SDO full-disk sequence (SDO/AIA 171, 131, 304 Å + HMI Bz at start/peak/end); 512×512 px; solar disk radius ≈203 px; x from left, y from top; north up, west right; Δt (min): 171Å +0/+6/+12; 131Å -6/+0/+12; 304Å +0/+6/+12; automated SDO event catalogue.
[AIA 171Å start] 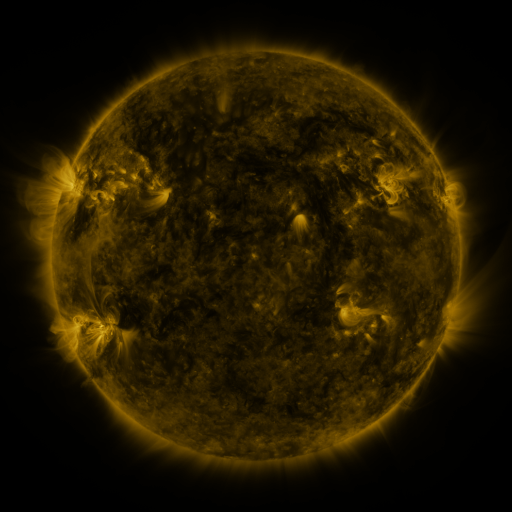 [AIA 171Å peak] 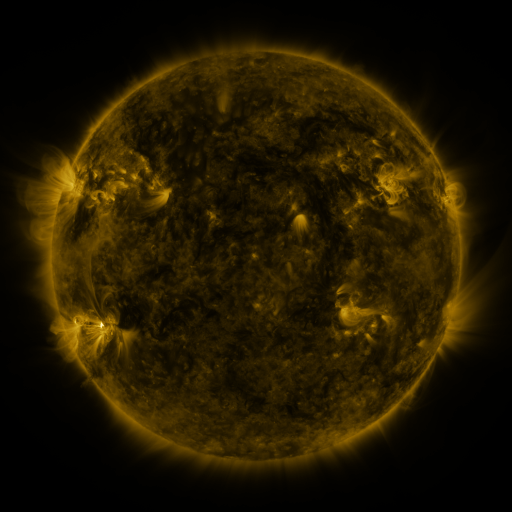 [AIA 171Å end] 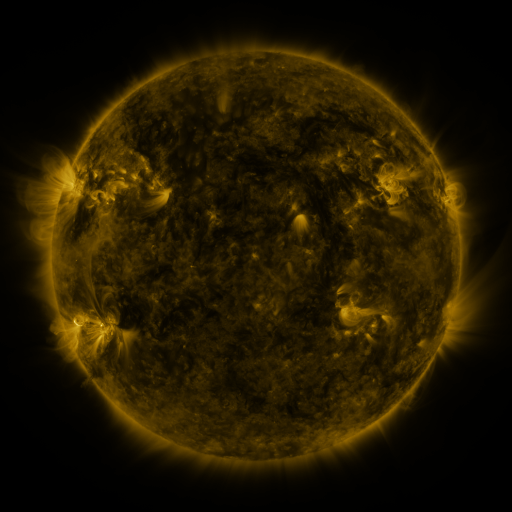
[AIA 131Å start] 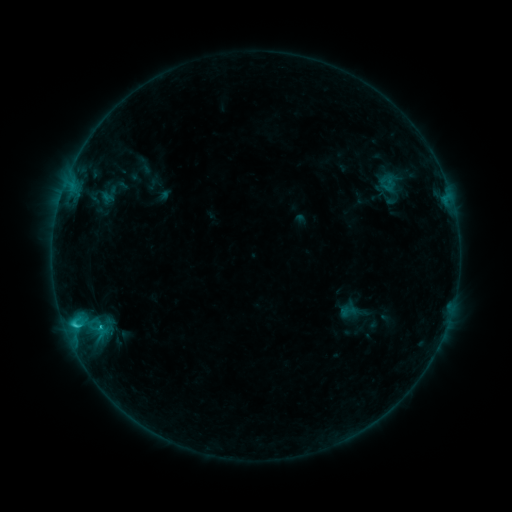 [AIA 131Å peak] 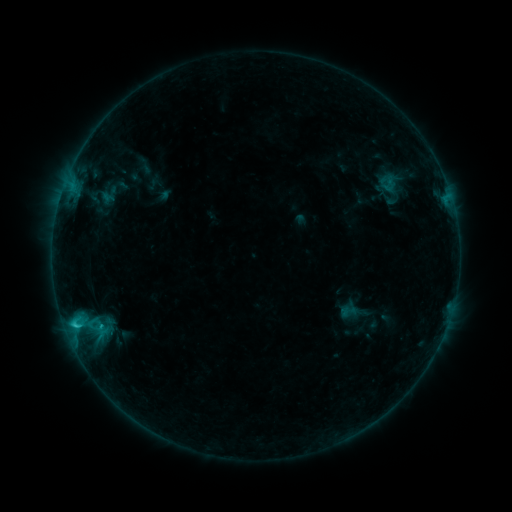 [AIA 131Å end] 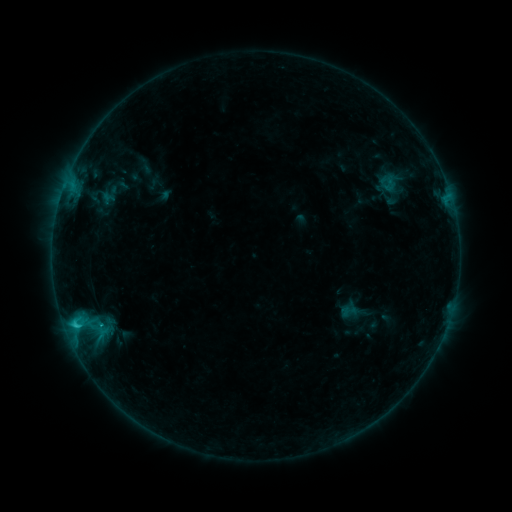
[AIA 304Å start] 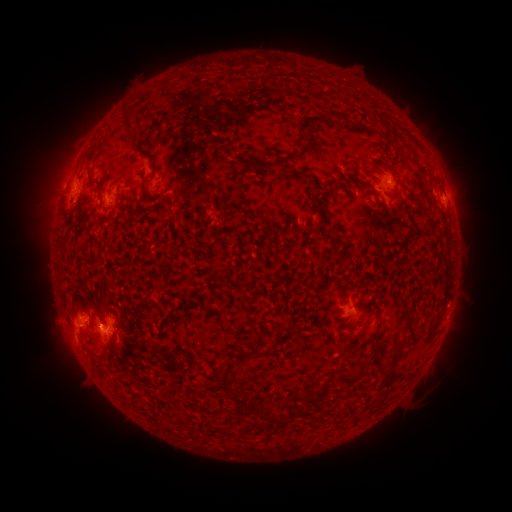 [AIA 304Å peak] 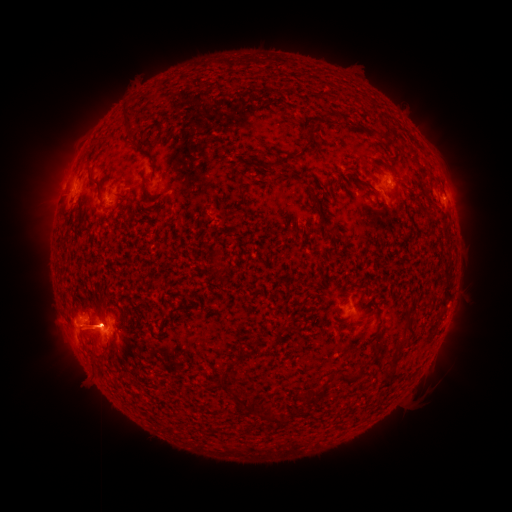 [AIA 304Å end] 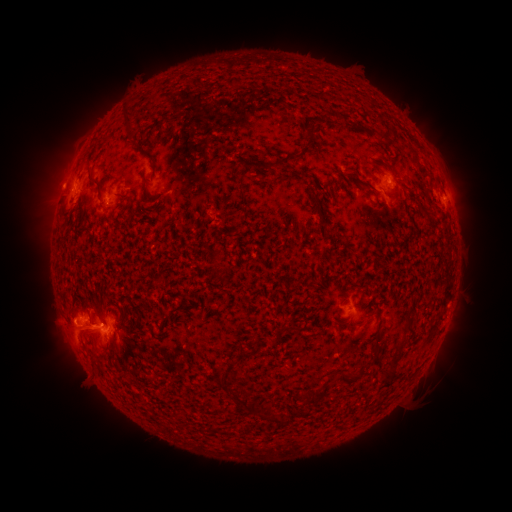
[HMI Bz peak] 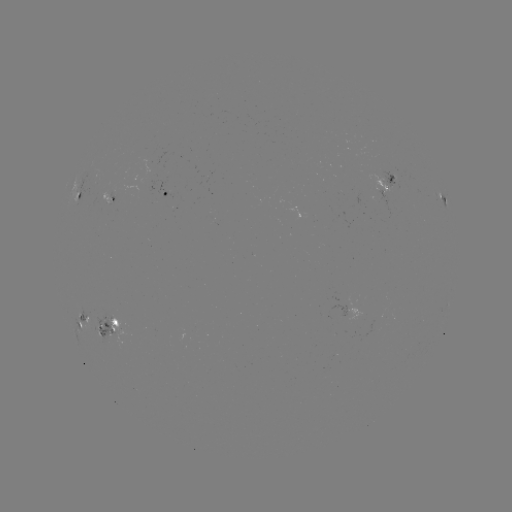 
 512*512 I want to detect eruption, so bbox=[23, 83, 137, 218].